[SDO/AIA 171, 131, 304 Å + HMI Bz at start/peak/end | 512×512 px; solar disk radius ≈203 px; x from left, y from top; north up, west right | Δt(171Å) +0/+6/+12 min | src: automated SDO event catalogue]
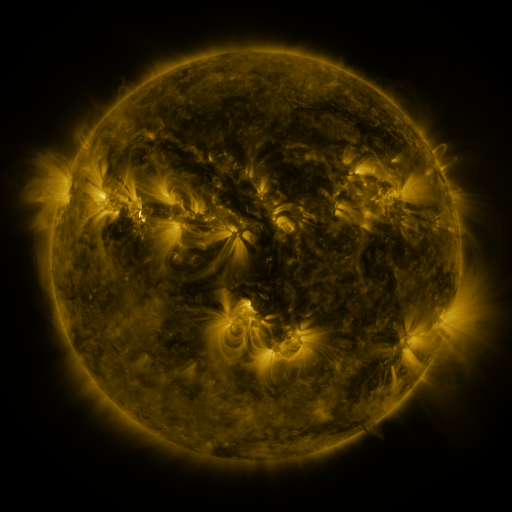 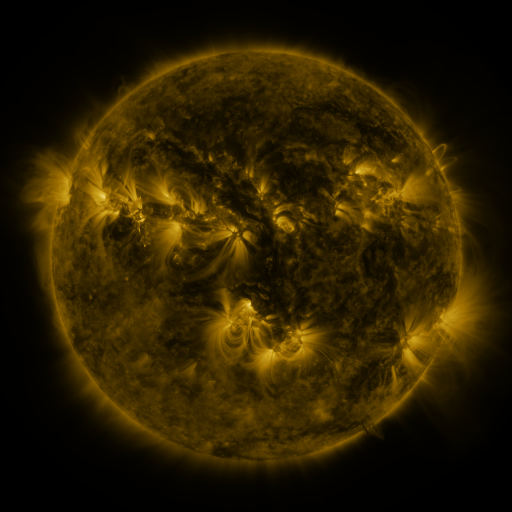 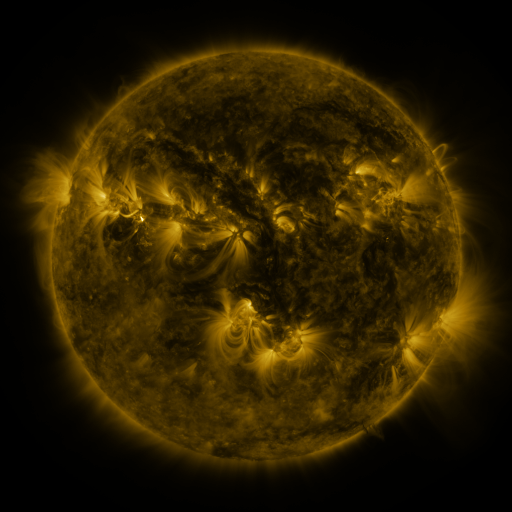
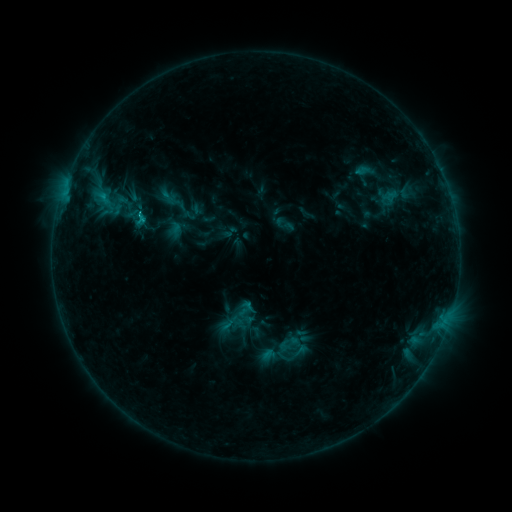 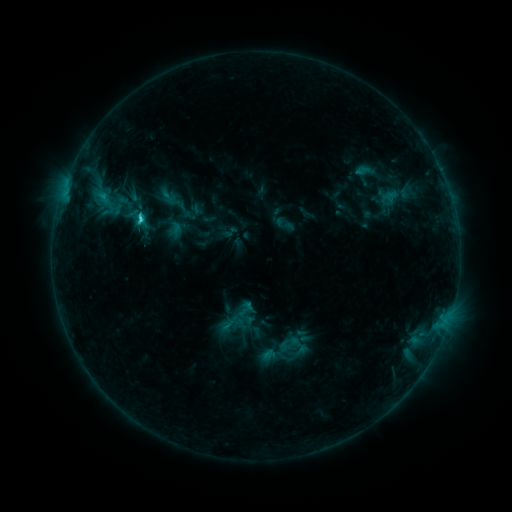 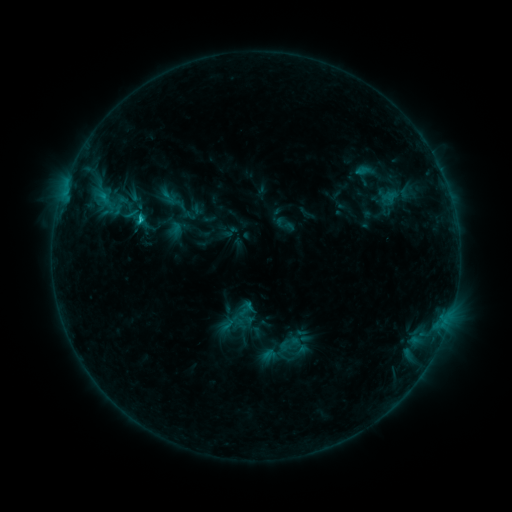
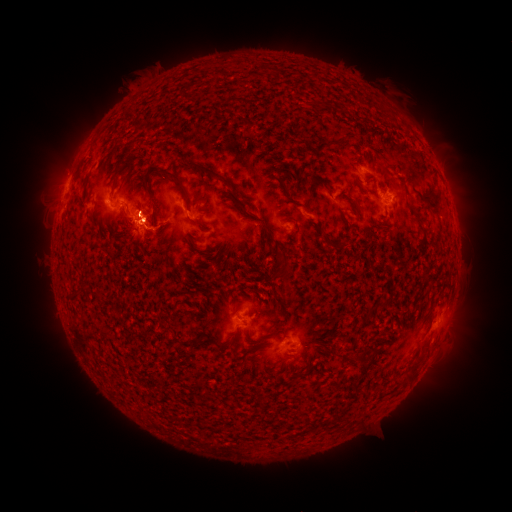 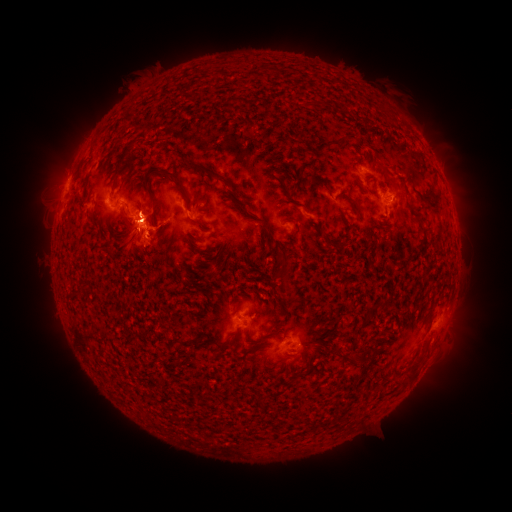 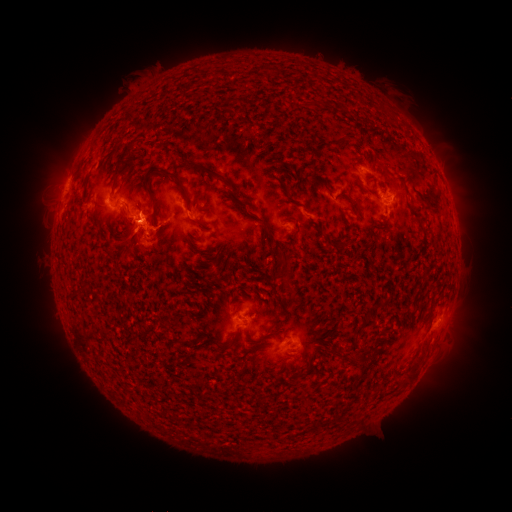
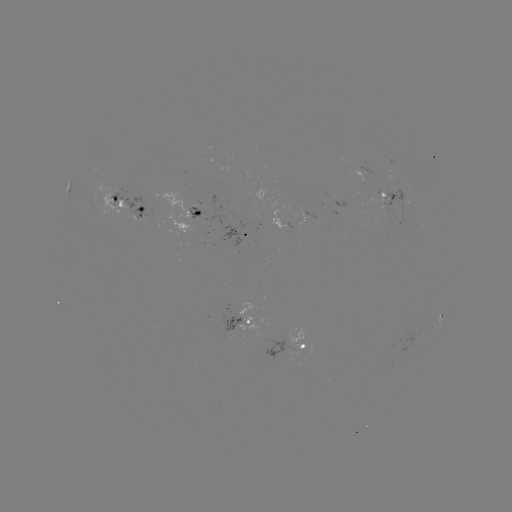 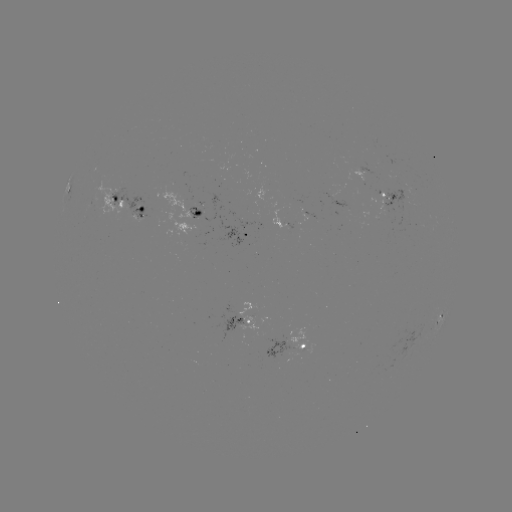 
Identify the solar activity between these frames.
C2.0 flare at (144, 219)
